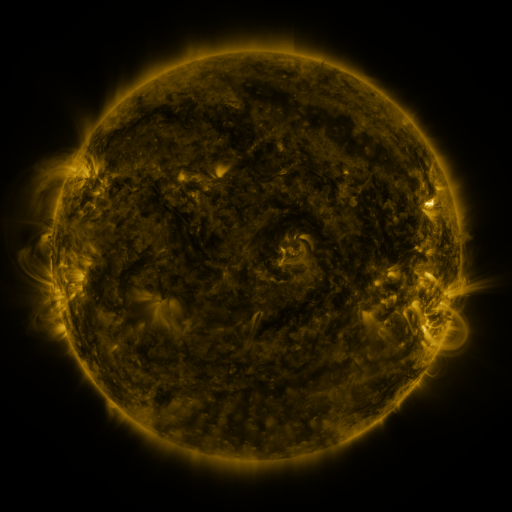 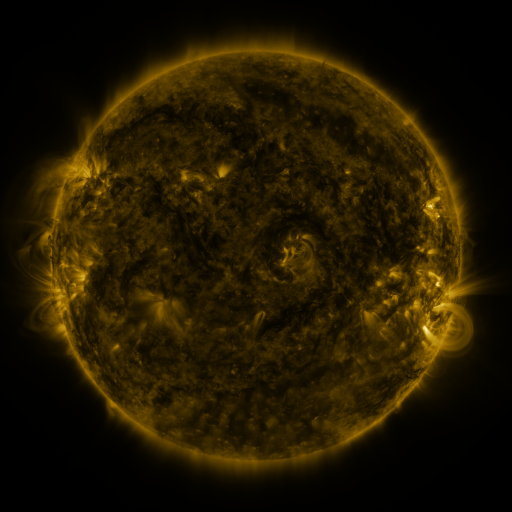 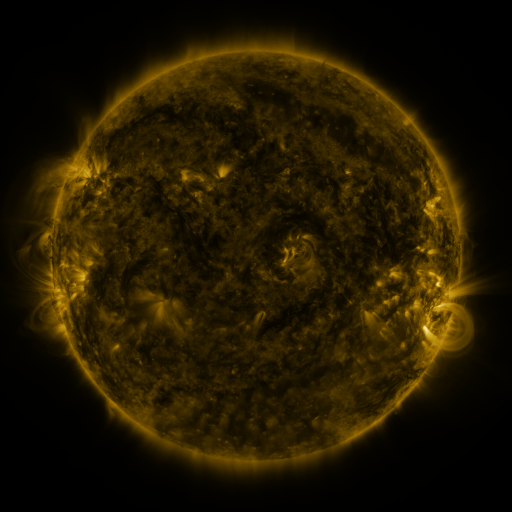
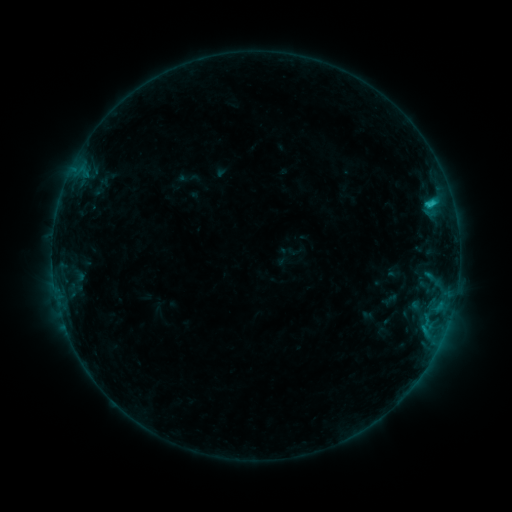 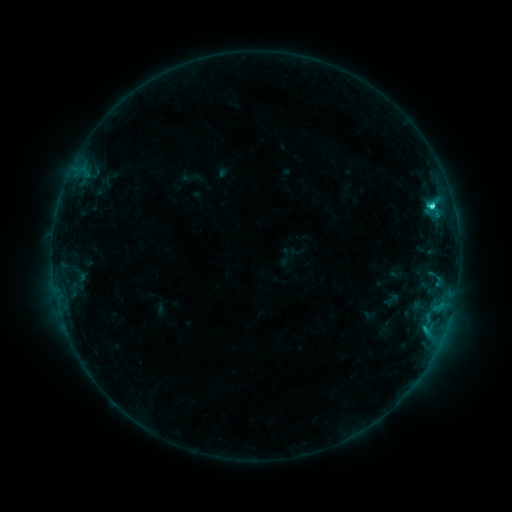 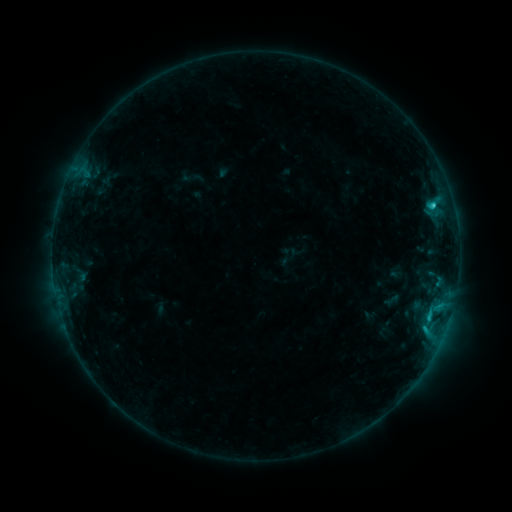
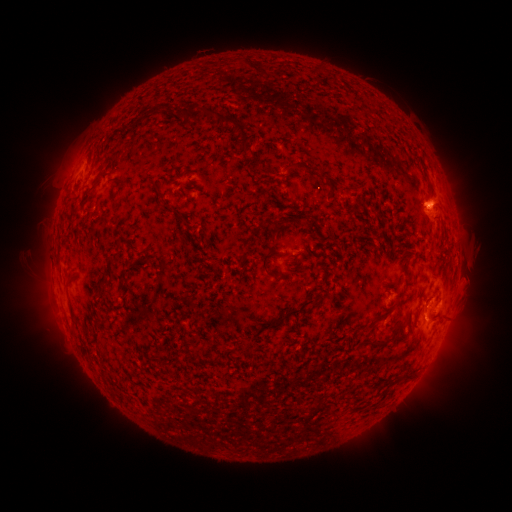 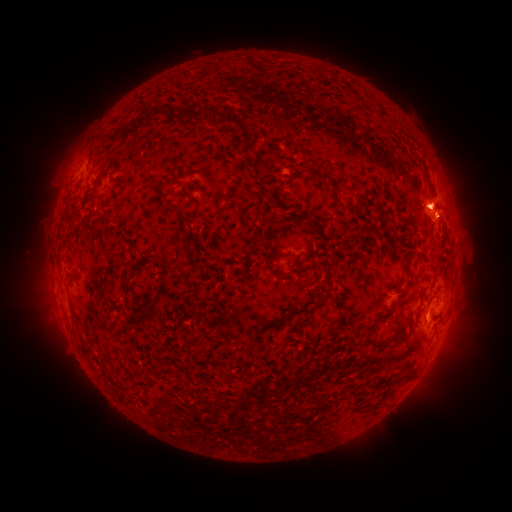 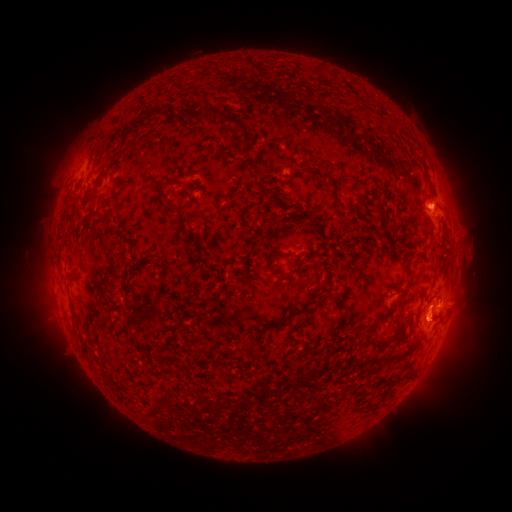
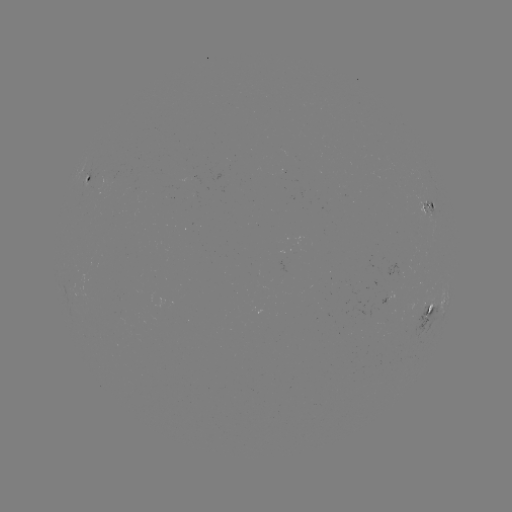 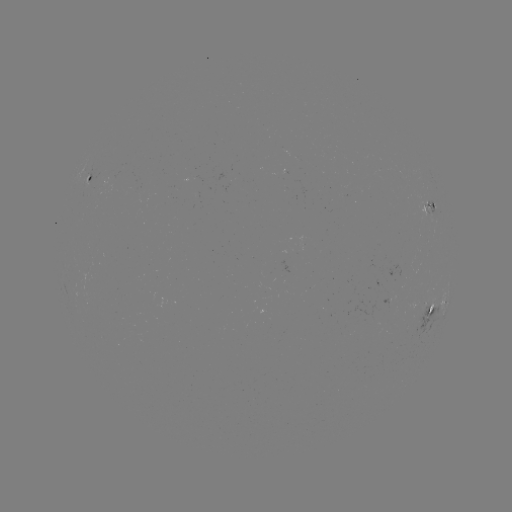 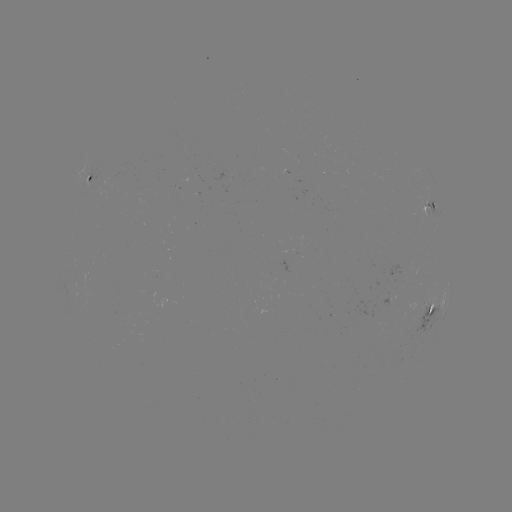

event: flare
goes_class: C2.8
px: (432, 215)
